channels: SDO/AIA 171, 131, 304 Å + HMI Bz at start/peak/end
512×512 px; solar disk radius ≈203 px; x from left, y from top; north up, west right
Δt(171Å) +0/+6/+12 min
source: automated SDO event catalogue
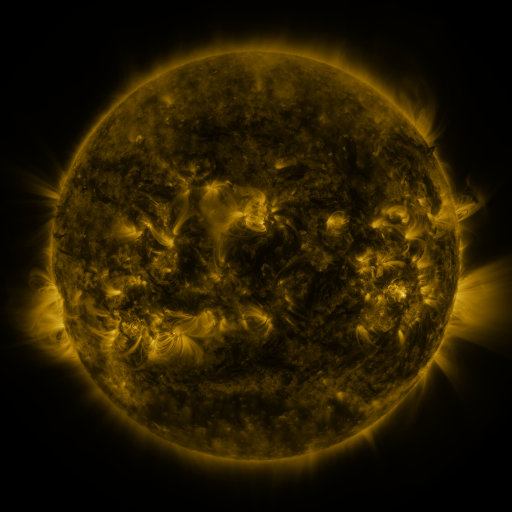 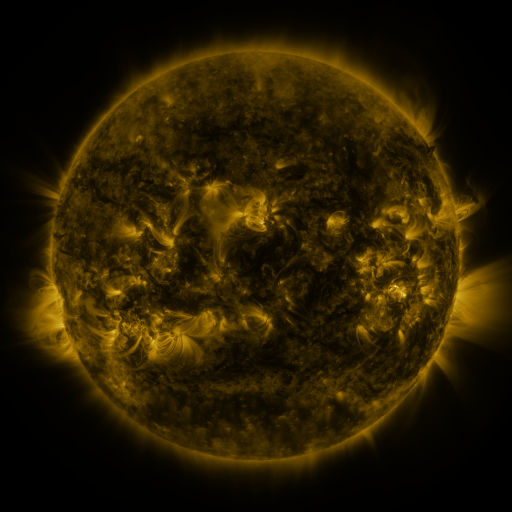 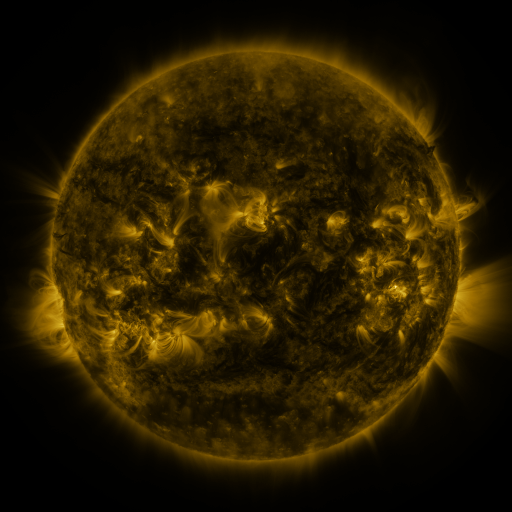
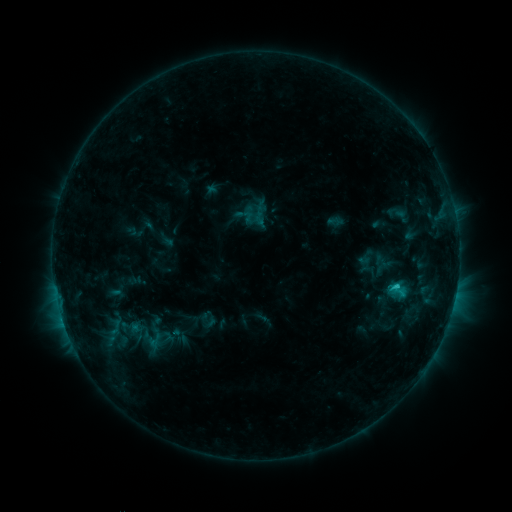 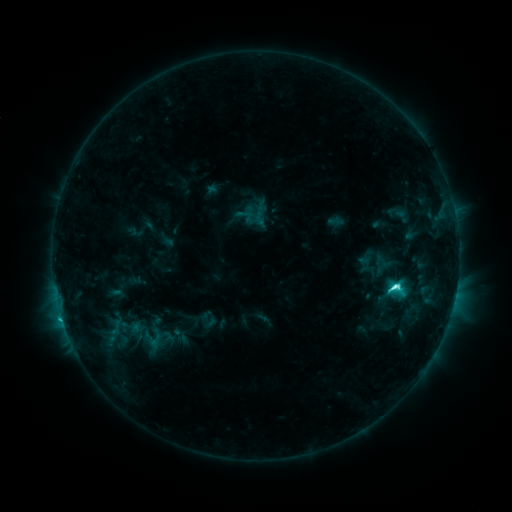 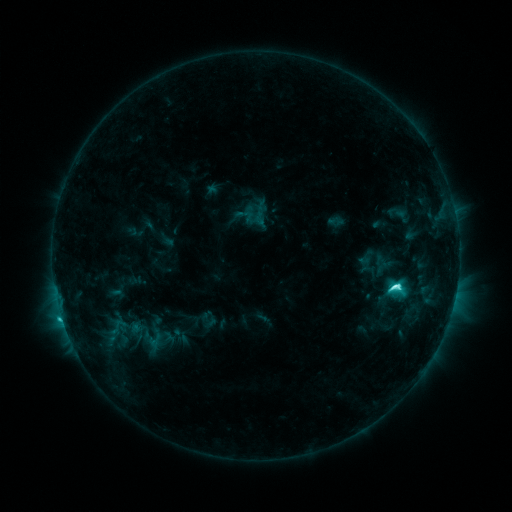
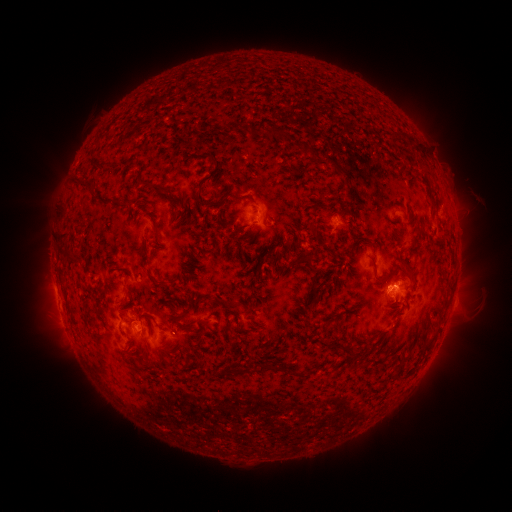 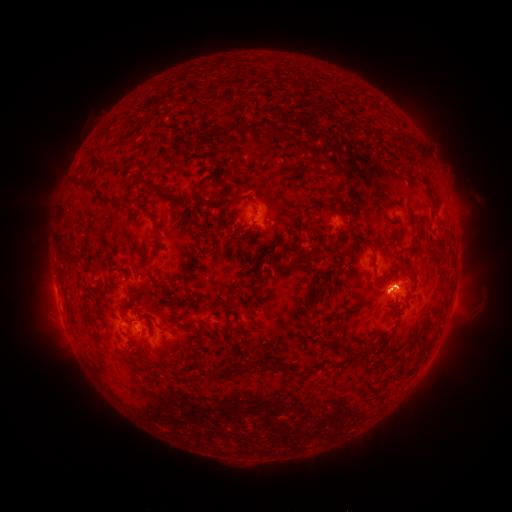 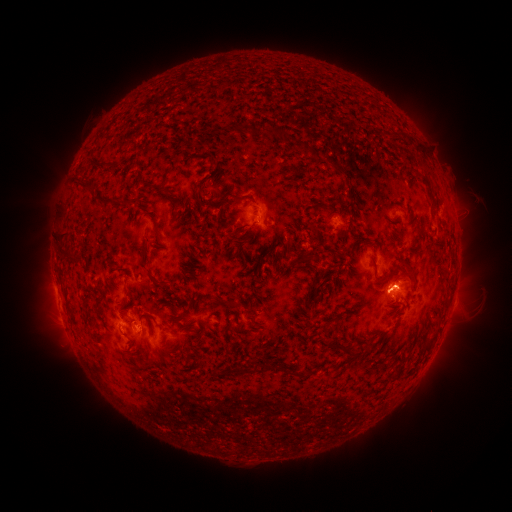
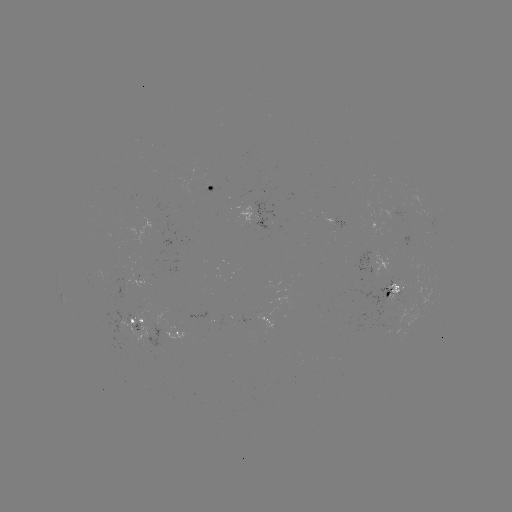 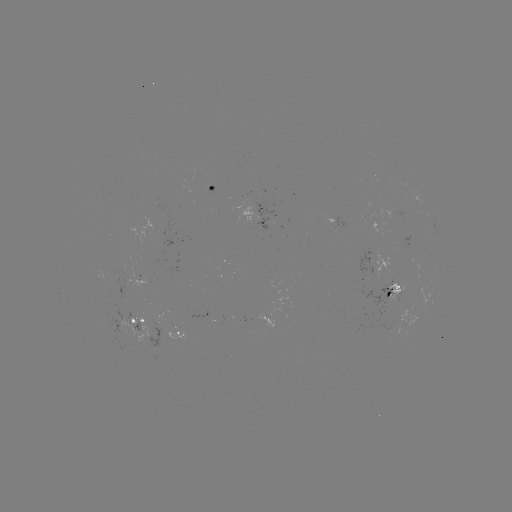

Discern C6.5 flare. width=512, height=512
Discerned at (392, 285).